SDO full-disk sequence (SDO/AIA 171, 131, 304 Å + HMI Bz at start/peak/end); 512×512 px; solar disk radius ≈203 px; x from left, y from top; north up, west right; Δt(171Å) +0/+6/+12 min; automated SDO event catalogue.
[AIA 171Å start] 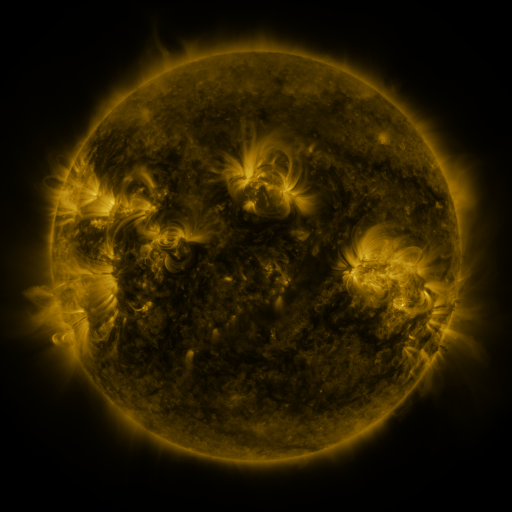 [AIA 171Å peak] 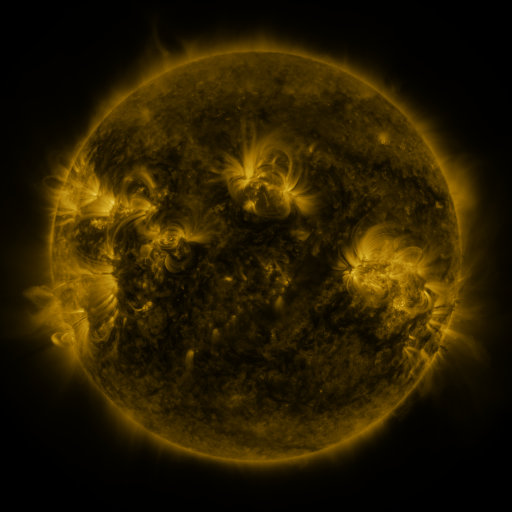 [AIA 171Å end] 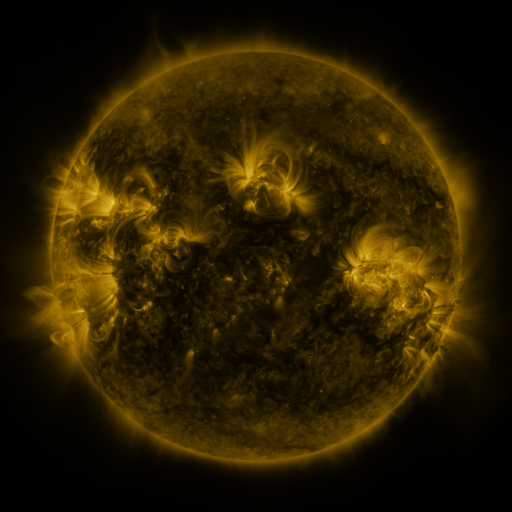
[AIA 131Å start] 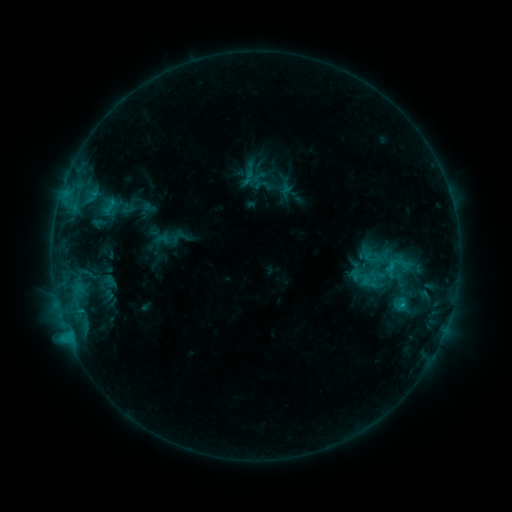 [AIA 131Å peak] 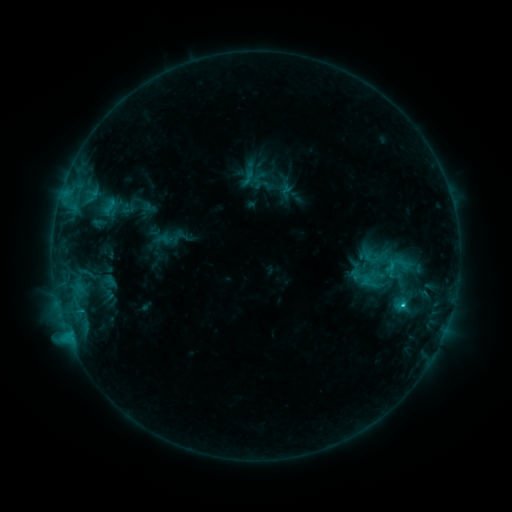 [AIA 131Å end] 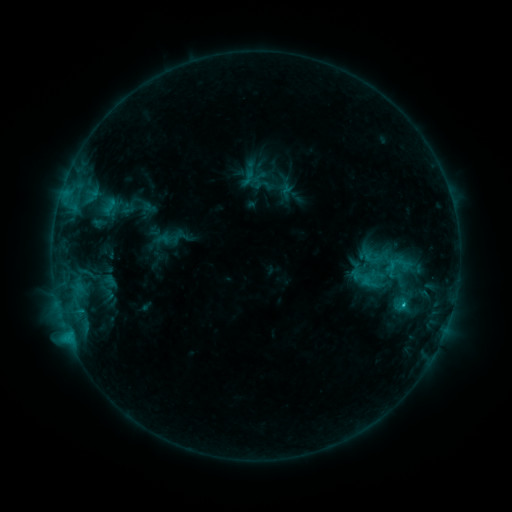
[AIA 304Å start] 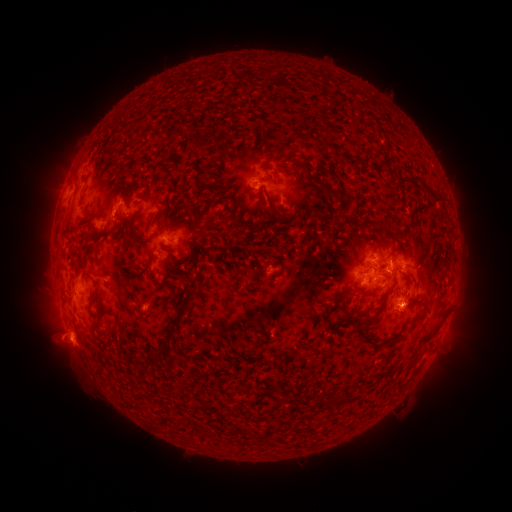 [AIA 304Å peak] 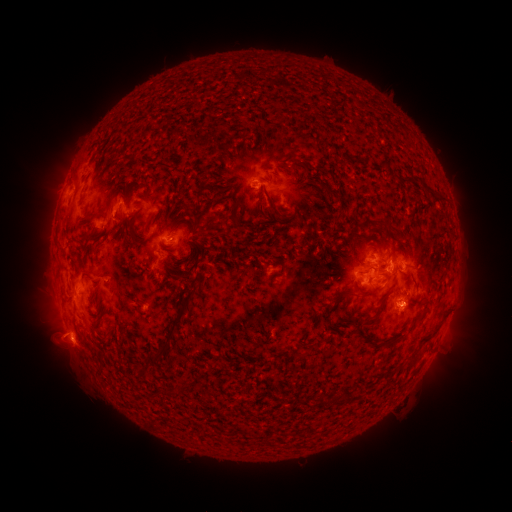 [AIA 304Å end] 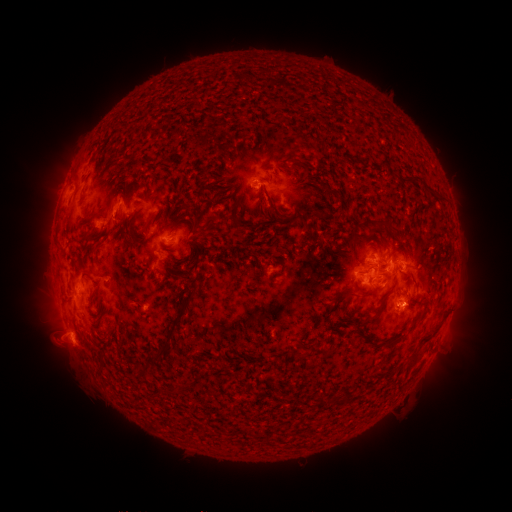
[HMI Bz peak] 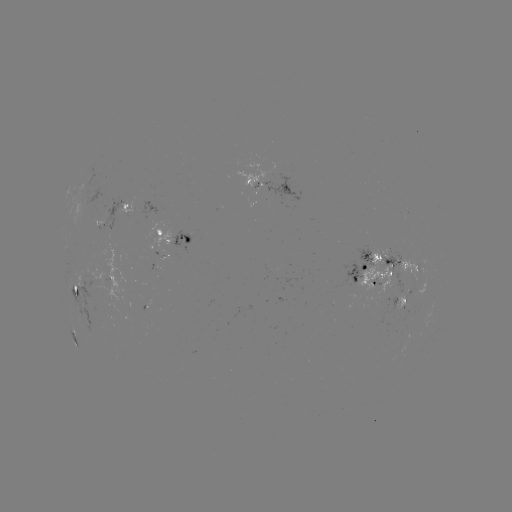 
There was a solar flare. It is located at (402, 302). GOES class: C2.2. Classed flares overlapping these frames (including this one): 1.